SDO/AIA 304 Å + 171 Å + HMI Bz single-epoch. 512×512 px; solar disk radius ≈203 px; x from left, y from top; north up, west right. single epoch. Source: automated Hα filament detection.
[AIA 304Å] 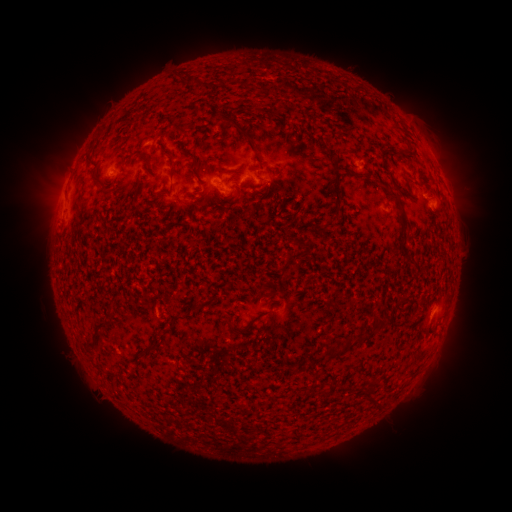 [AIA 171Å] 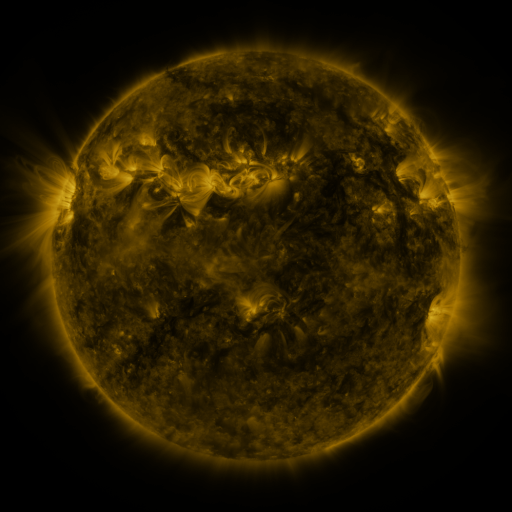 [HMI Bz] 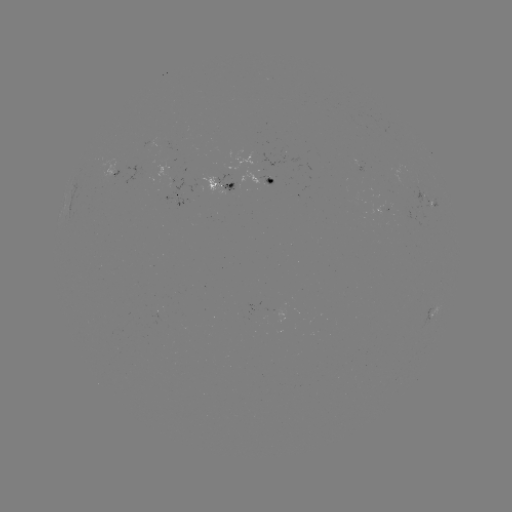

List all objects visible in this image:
filament: <bbox>226, 116, 237, 128</bbox>
filament: <bbox>236, 125, 254, 142</bbox>
filament: <bbox>185, 150, 197, 160</bbox>
filament: <bbox>399, 151, 407, 160</bbox>
filament: <bbox>170, 156, 175, 166</bbox>
filament: <bbox>217, 167, 232, 176</bbox>
filament: <bbox>332, 170, 343, 220</bbox>
filament: <bbox>387, 192, 403, 213</bbox>
filament: <bbox>303, 245, 310, 257</bbox>
filament: <bbox>399, 246, 416, 268</bbox>
filament: <bbox>398, 296, 413, 307</bbox>
filament: <bbox>190, 300, 200, 311</bbox>
filament: <bbox>90, 318, 105, 348</bbox>
filament: <bbox>374, 327, 384, 337</bbox>
filament: <bbox>353, 336, 367, 345</bbox>
filament: <bbox>143, 340, 157, 351</bbox>
filament: <bbox>332, 349, 341, 358</bbox>
